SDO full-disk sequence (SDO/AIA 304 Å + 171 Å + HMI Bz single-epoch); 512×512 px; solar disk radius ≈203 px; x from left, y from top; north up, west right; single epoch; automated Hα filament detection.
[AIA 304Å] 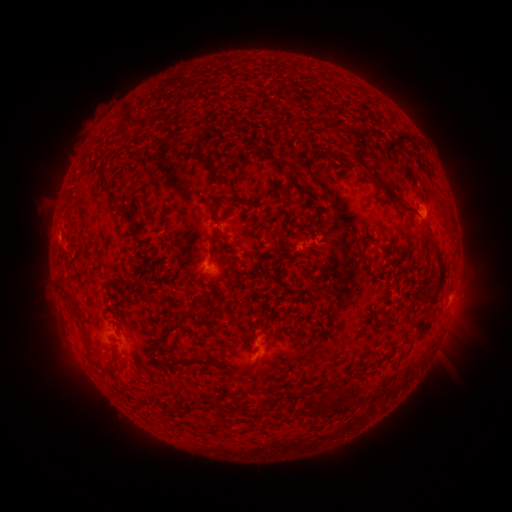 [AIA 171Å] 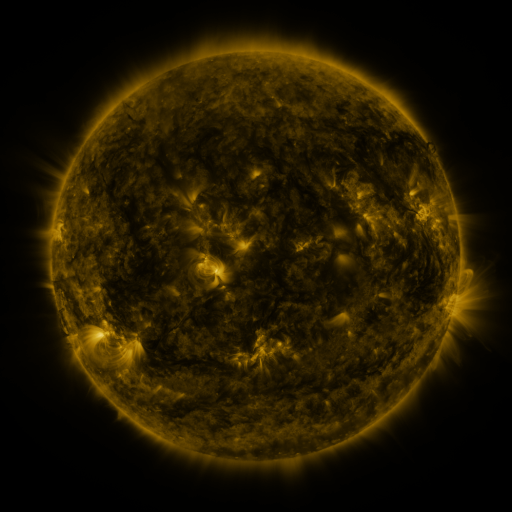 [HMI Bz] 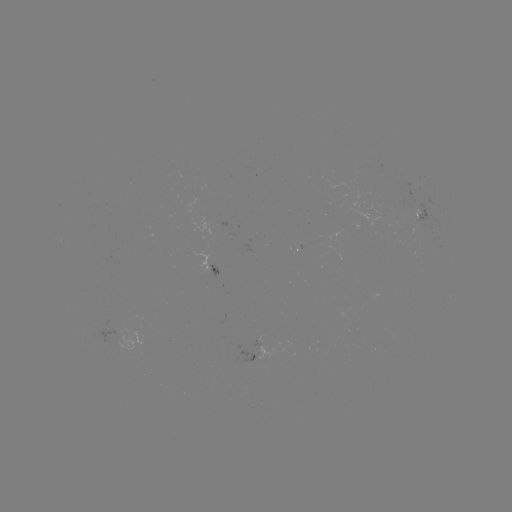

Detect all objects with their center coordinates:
filament: (125, 115)
filament: (360, 132)
filament: (373, 132)
filament: (126, 137)
filament: (199, 138)
filament: (268, 156)
filament: (206, 161)
filament: (285, 174)
filament: (376, 179)
filament: (102, 181)
filament: (224, 183)
filament: (399, 202)
filament: (303, 226)
filament: (135, 236)
filament: (427, 236)
filament: (221, 254)
filament: (211, 259)
filament: (442, 267)
filament: (69, 300)
filament: (203, 302)
filament: (422, 325)
filament: (176, 328)
filament: (87, 337)
filament: (191, 362)
filament: (253, 366)
filament: (113, 372)
filament: (246, 378)
filament: (342, 401)
